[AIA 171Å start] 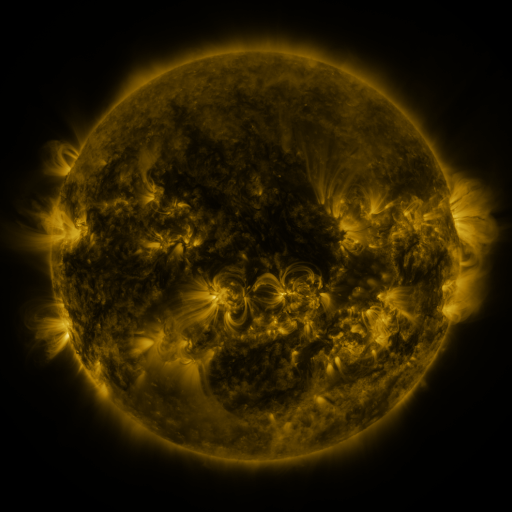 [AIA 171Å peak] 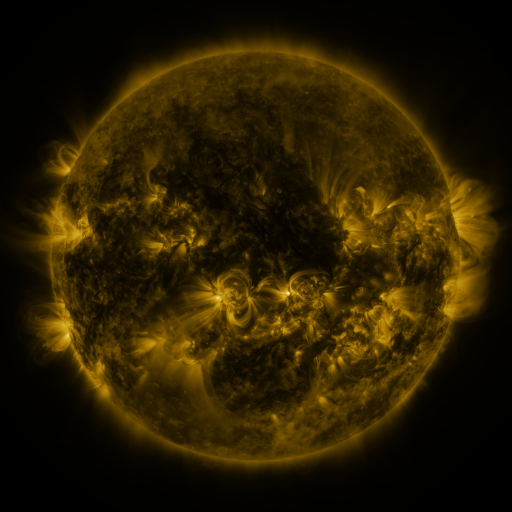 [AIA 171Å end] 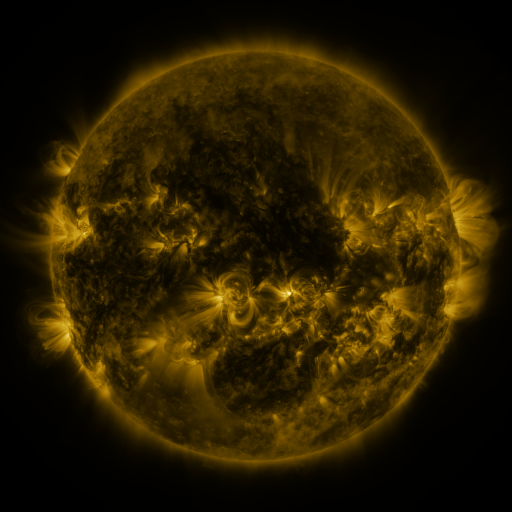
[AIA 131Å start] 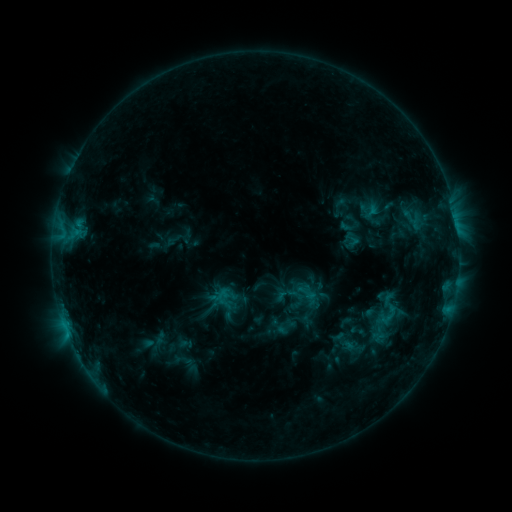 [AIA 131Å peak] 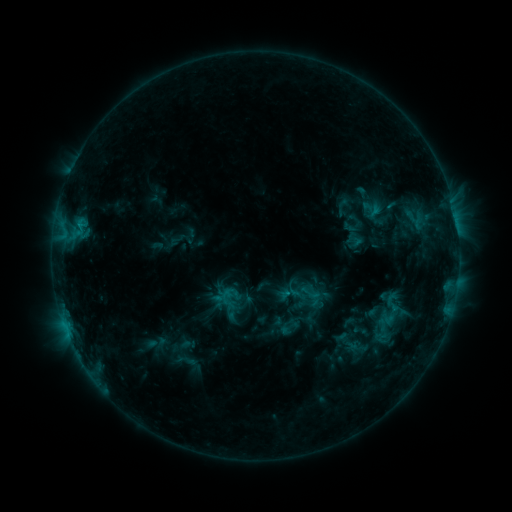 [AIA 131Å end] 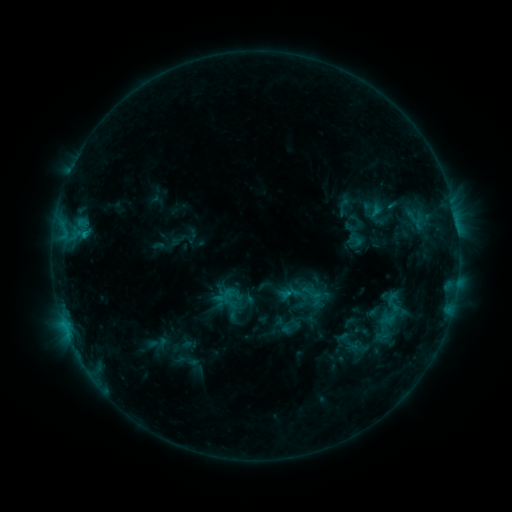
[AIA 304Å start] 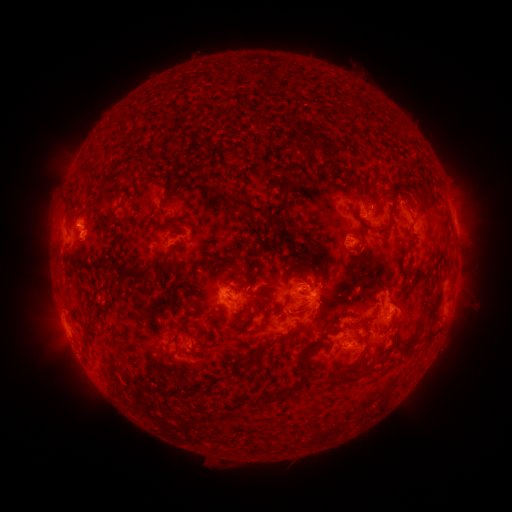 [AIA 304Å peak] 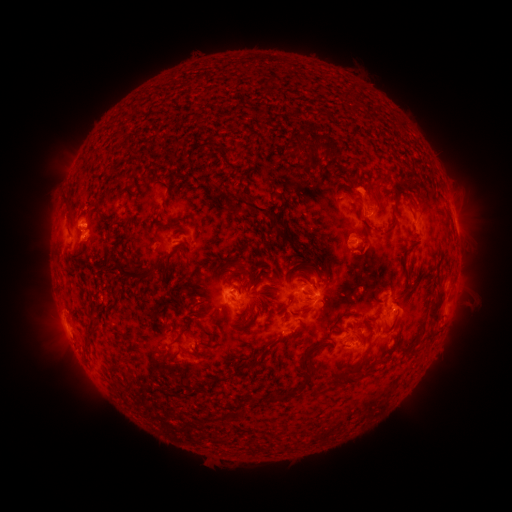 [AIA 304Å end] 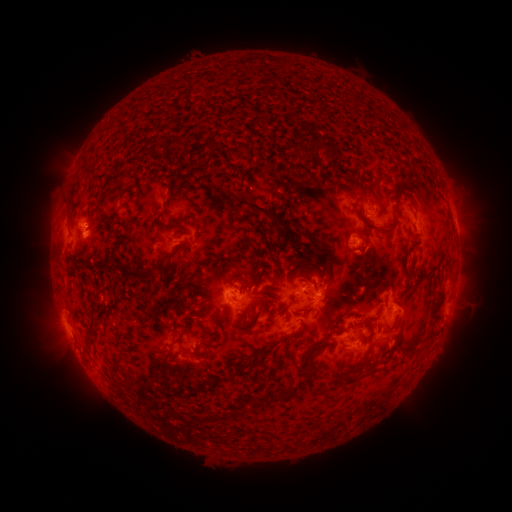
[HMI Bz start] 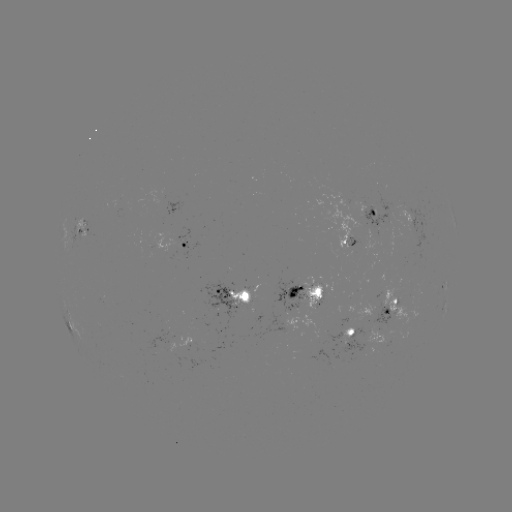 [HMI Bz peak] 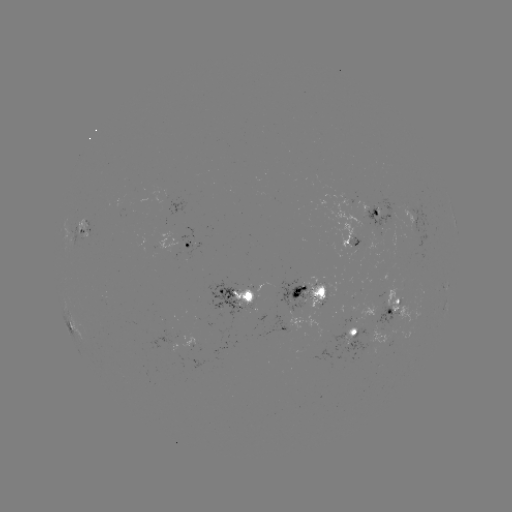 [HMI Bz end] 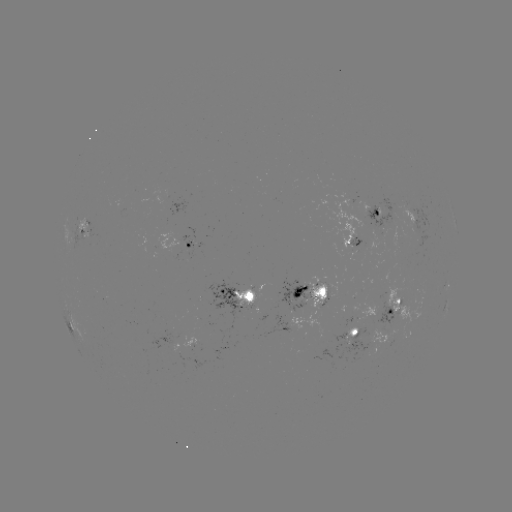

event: emerging-flux region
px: (367, 242)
